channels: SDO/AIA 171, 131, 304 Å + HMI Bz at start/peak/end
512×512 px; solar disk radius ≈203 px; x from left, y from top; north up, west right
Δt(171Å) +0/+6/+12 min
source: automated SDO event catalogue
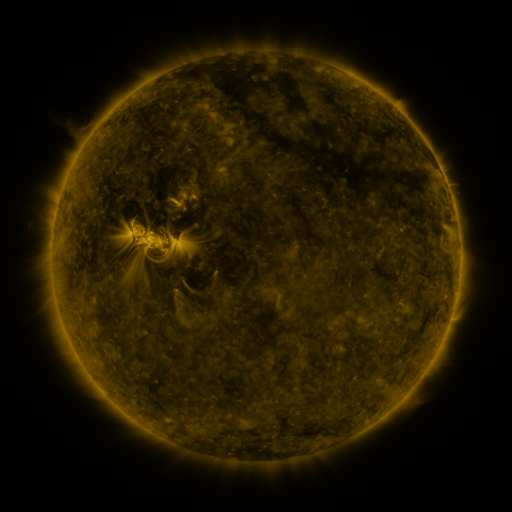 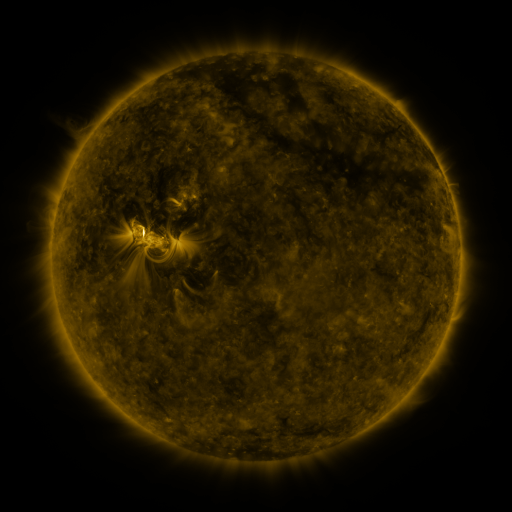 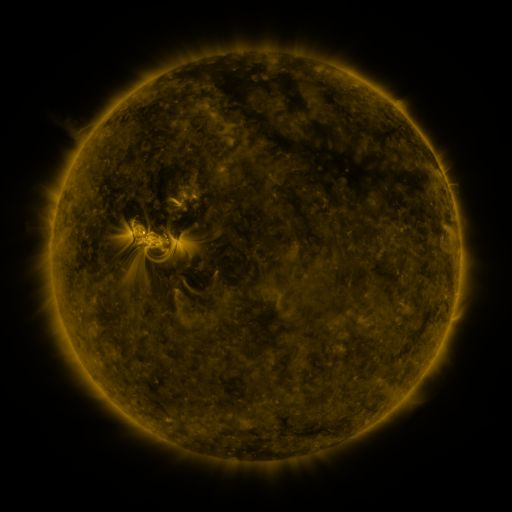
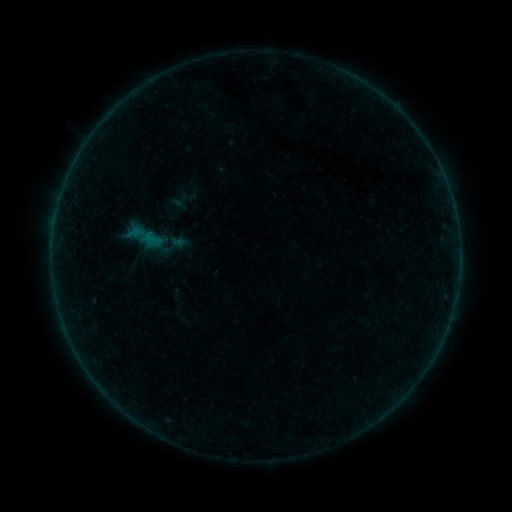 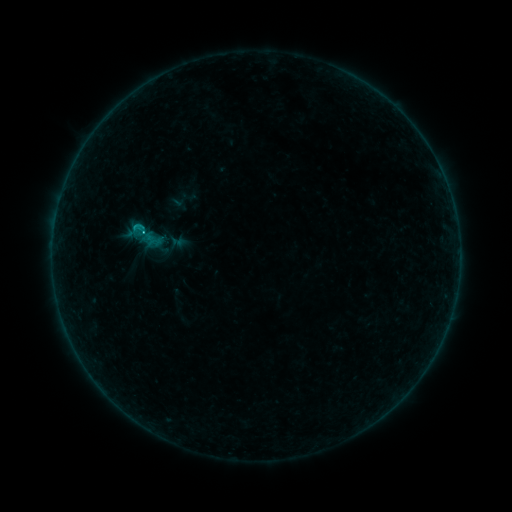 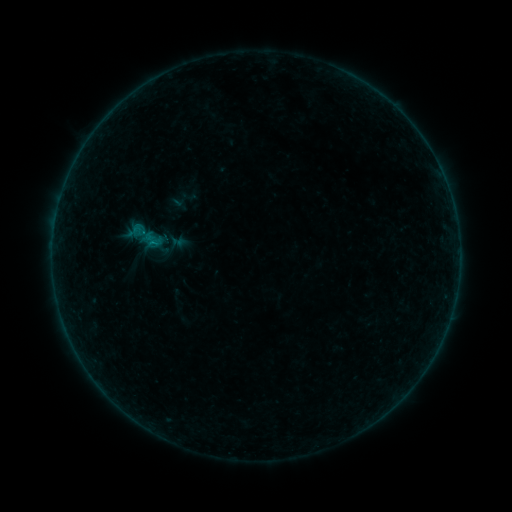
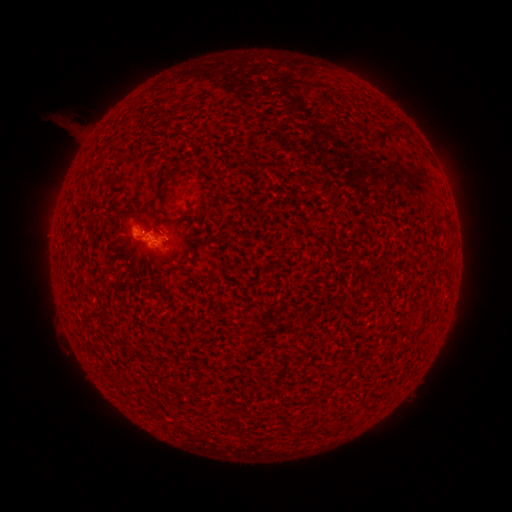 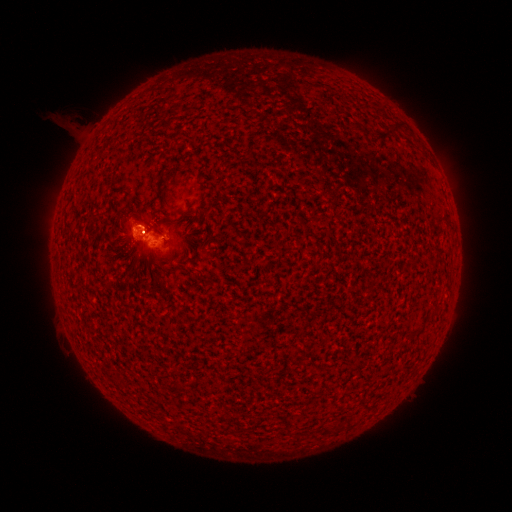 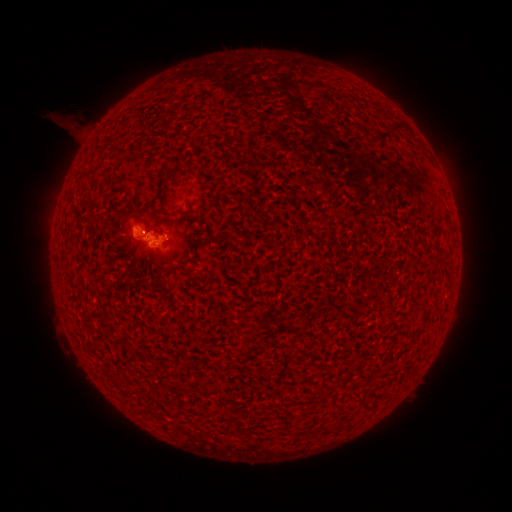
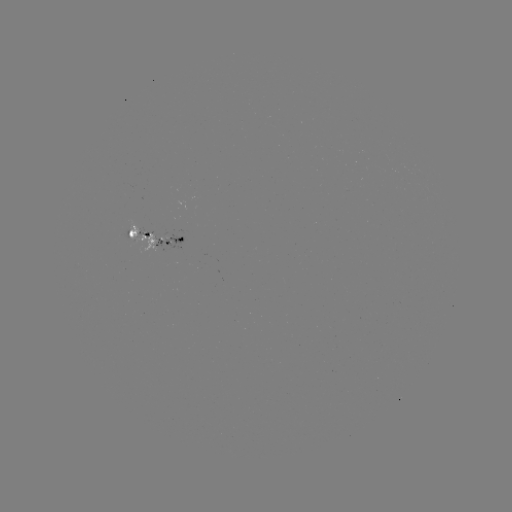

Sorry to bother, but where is B9.5 flare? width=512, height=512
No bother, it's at (144, 233).